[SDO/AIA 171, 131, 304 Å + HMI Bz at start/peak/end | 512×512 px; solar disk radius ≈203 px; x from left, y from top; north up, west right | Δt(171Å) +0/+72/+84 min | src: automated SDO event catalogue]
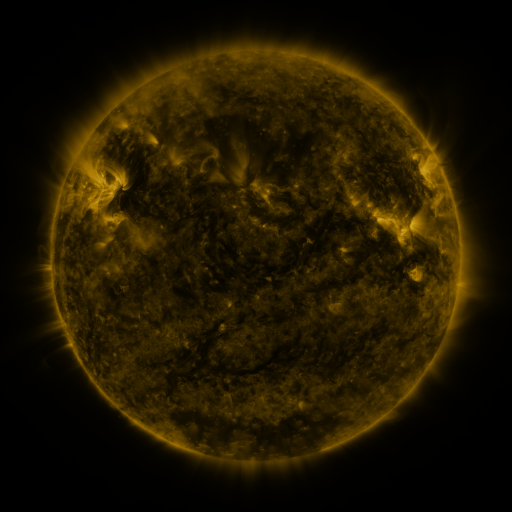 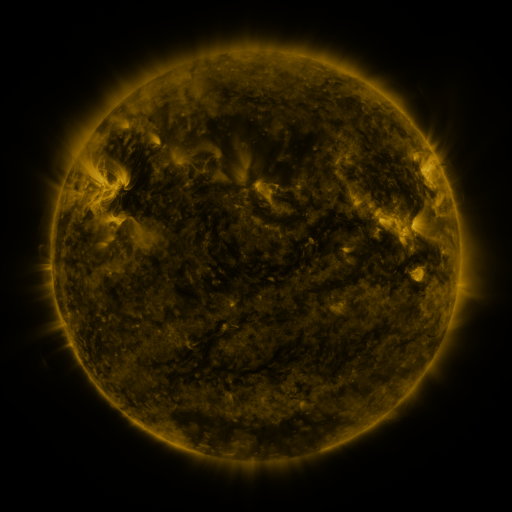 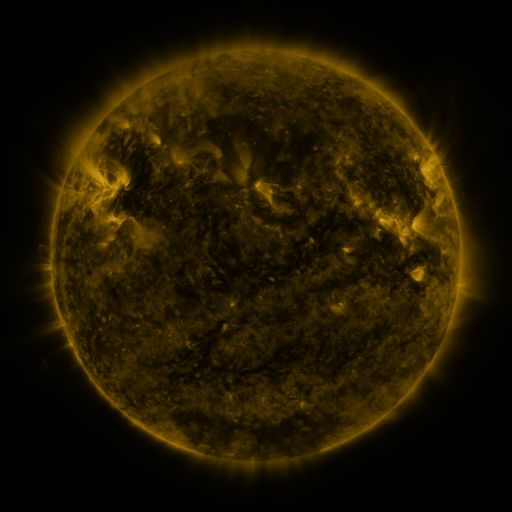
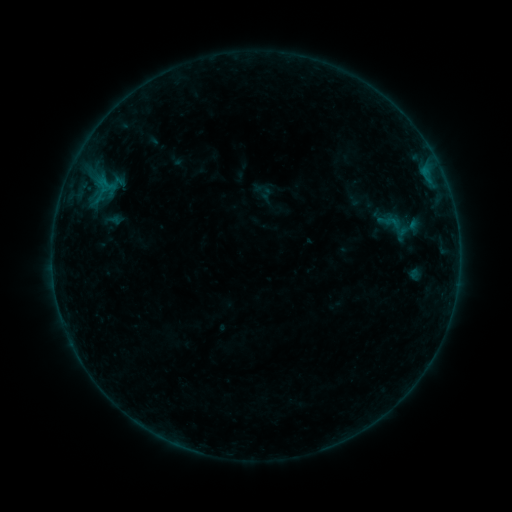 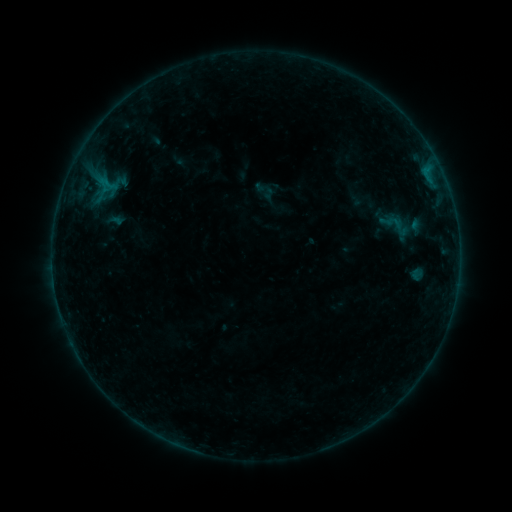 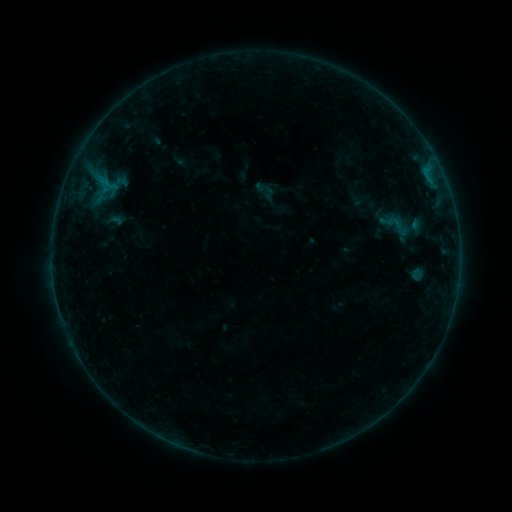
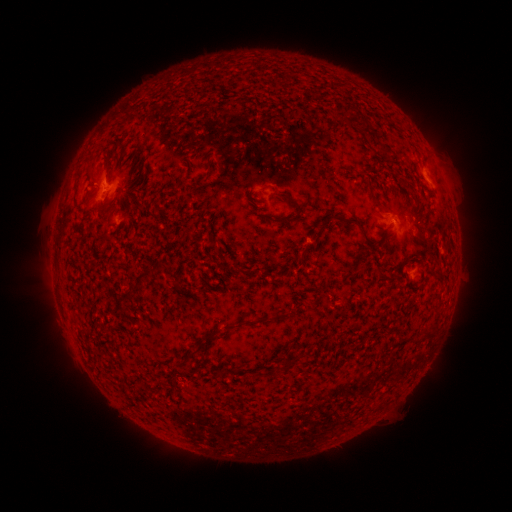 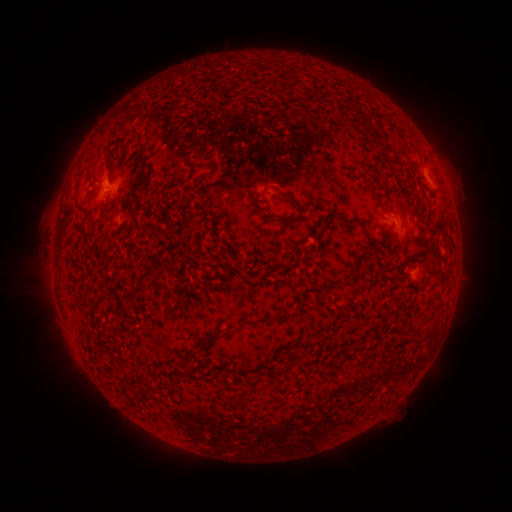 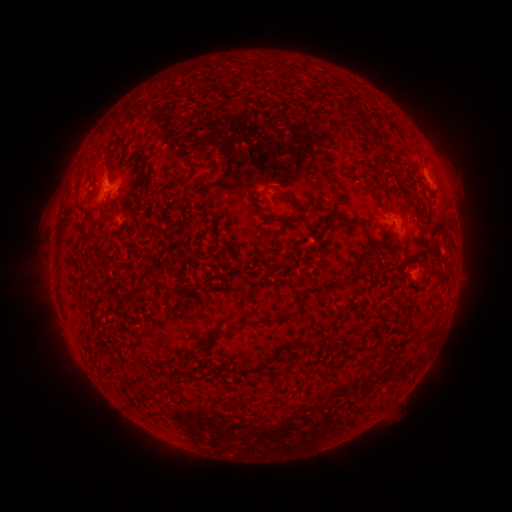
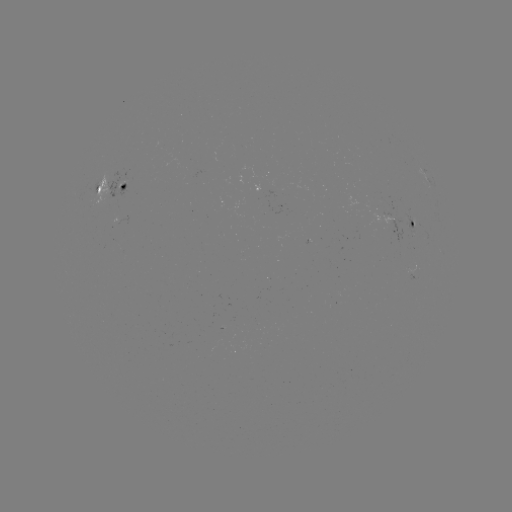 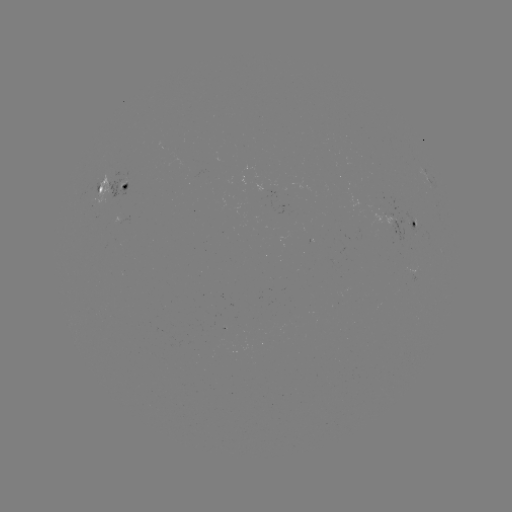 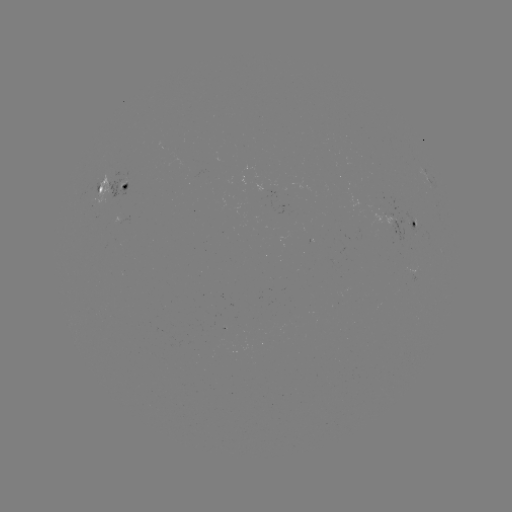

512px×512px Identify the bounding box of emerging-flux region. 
[257, 186, 271, 207].